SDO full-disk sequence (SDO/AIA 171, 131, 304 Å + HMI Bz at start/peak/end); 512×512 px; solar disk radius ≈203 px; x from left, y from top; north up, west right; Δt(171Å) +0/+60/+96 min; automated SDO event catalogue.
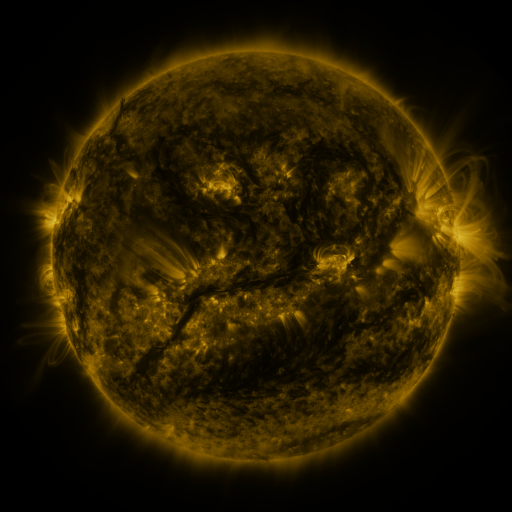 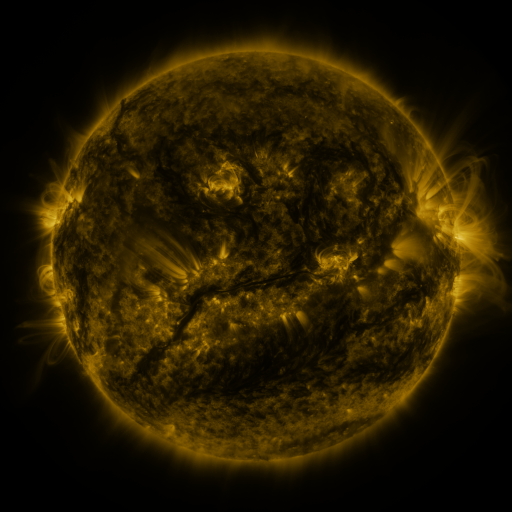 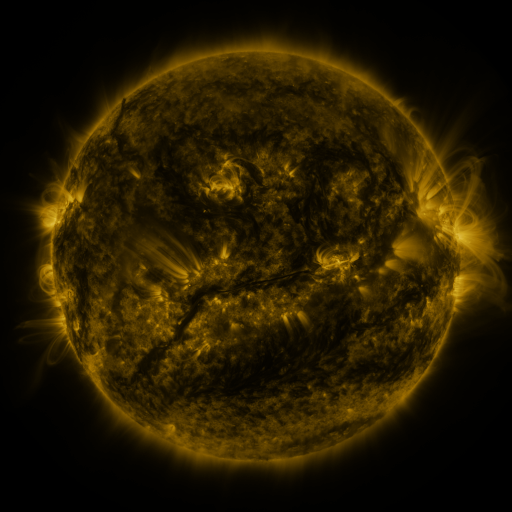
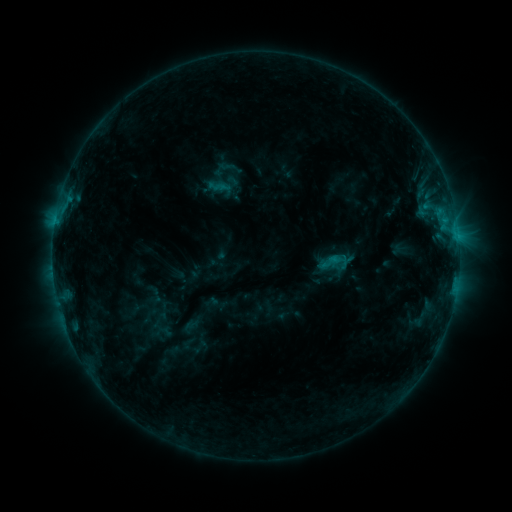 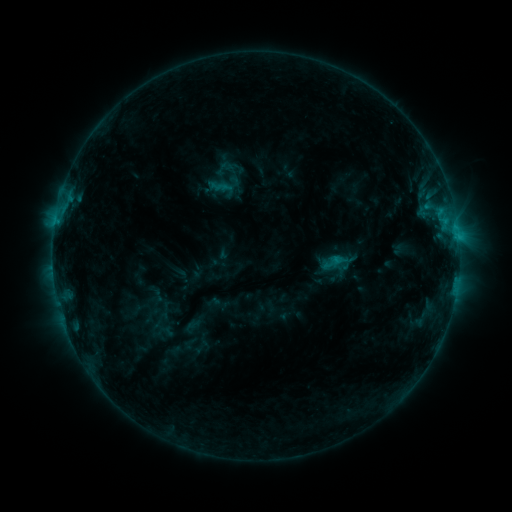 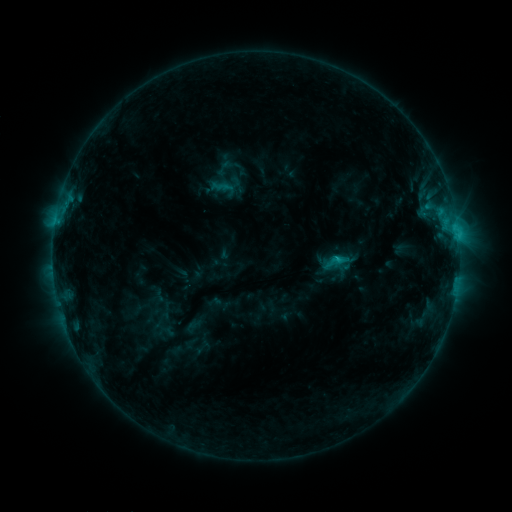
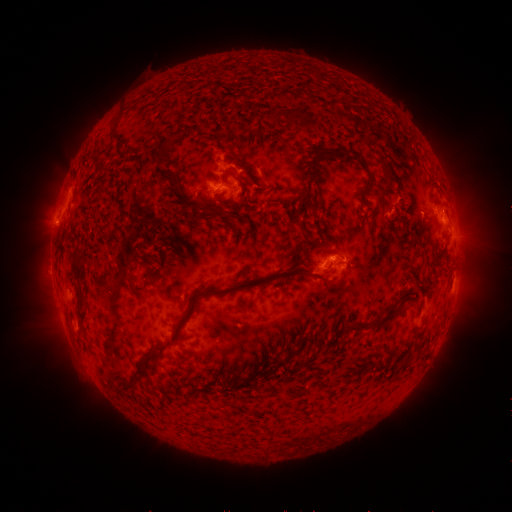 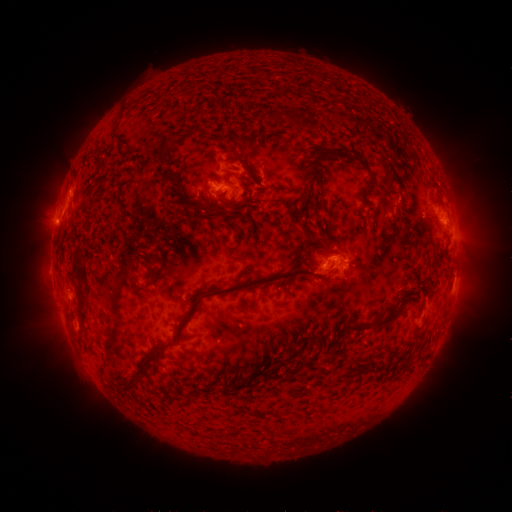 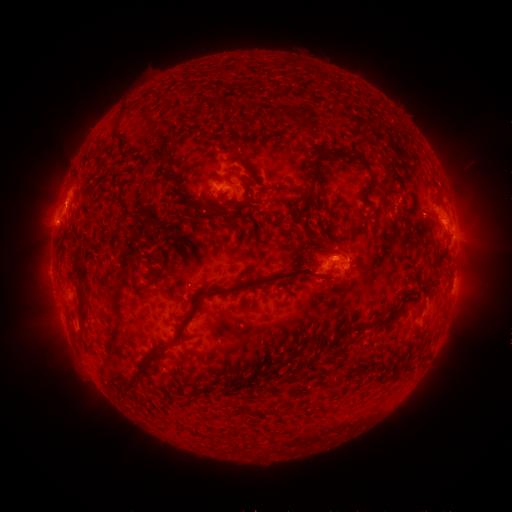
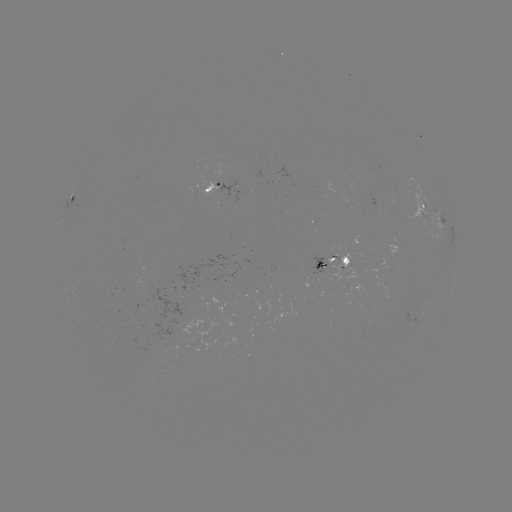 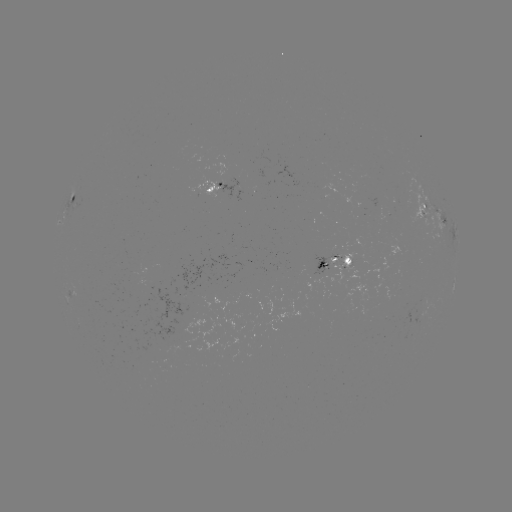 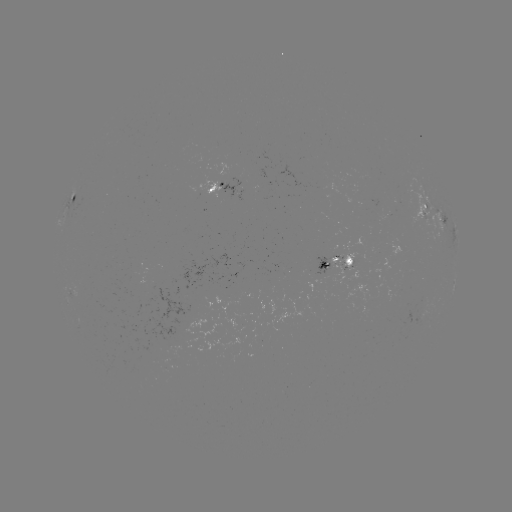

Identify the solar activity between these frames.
emerging-flux region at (318, 273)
